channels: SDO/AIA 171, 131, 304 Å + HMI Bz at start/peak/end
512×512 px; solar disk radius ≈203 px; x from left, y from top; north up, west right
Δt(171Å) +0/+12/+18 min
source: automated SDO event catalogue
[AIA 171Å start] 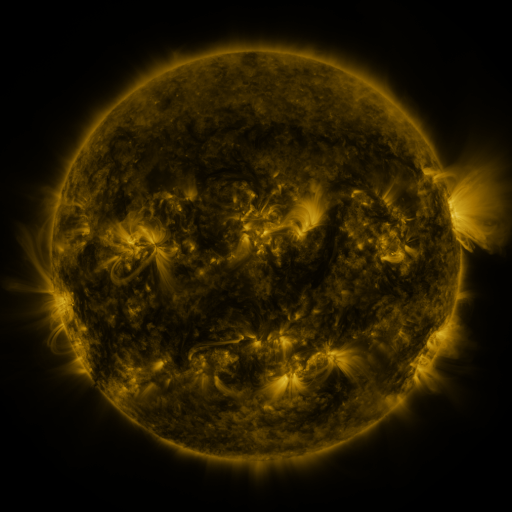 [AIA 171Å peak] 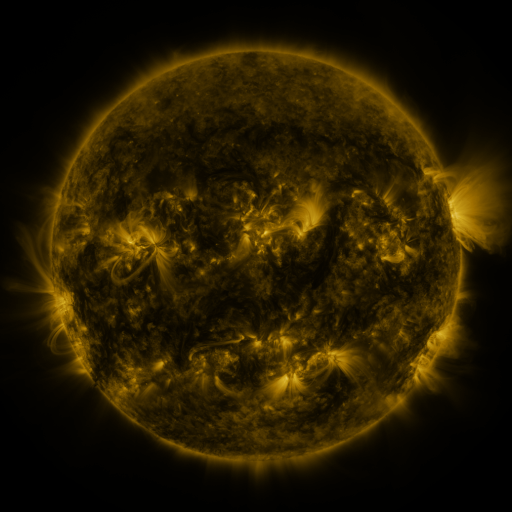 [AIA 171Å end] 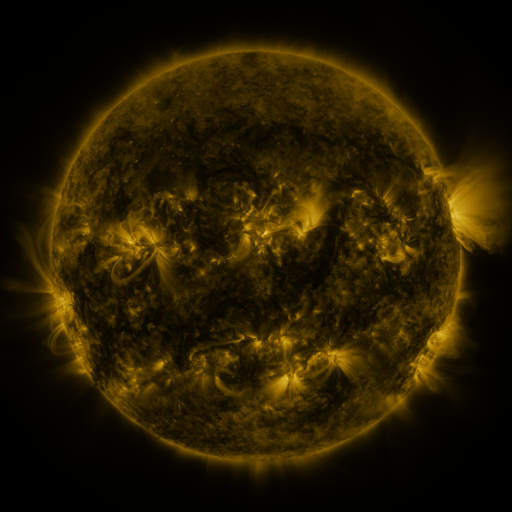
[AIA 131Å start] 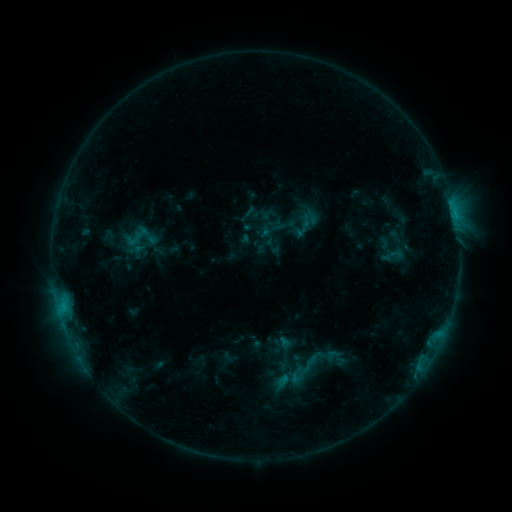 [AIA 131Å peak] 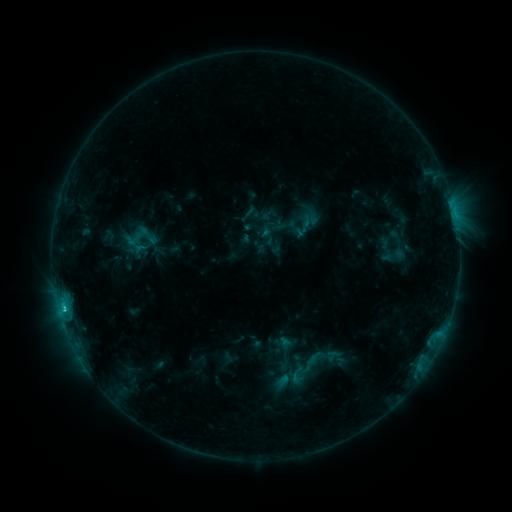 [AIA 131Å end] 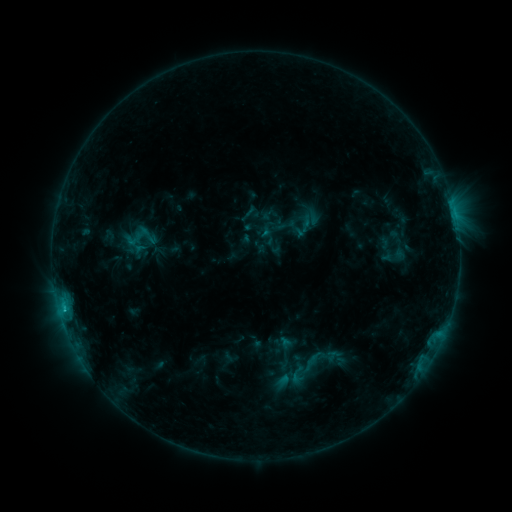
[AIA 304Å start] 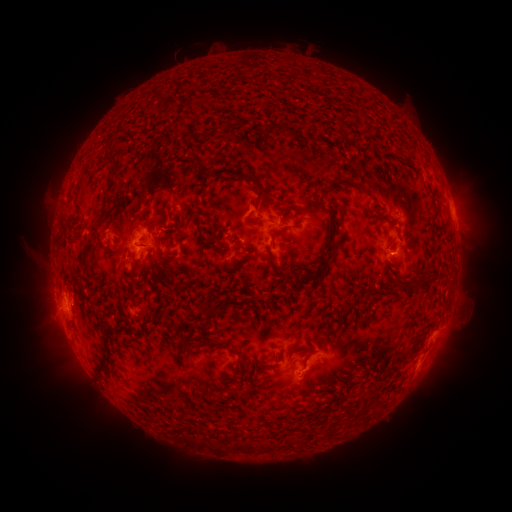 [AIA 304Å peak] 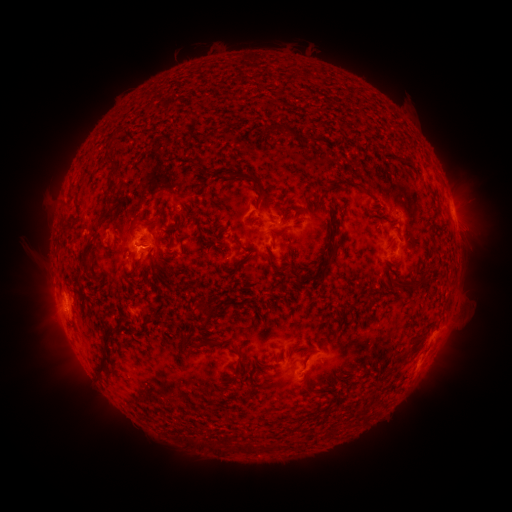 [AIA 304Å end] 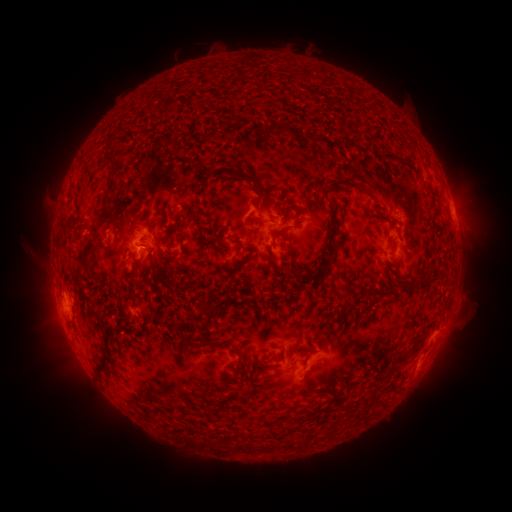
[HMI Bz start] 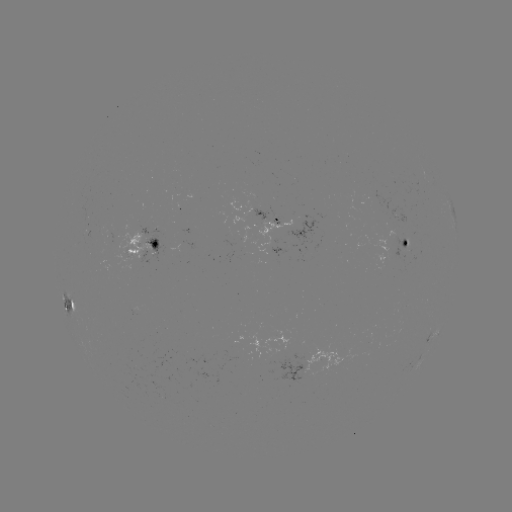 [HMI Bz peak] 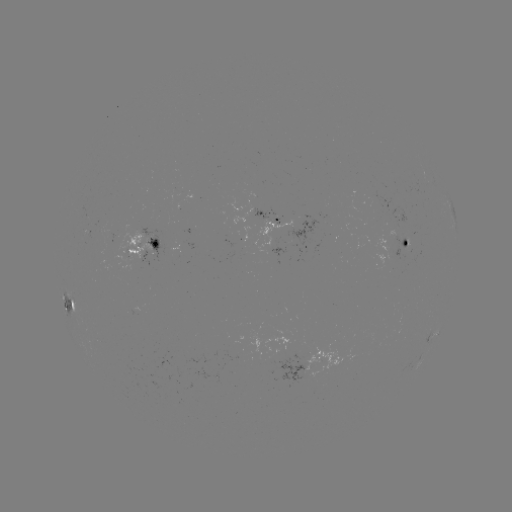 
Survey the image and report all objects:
C1.2 flare: (64, 309)
